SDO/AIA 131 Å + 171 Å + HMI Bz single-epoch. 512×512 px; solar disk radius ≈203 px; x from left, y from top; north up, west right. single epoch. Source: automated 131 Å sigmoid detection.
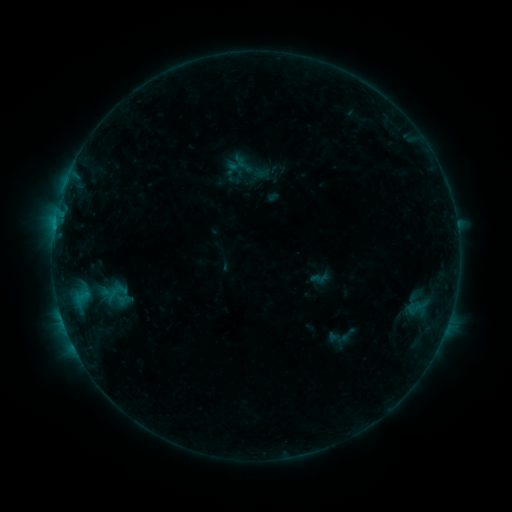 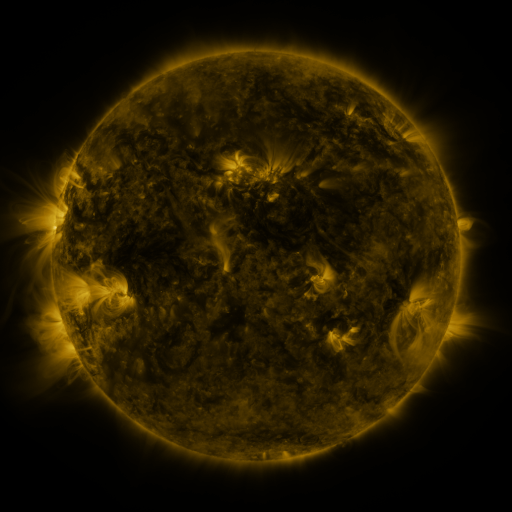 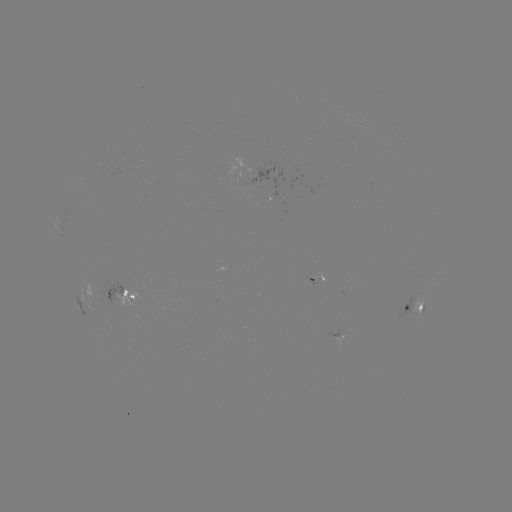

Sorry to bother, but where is sigmoid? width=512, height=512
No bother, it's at (347, 334).